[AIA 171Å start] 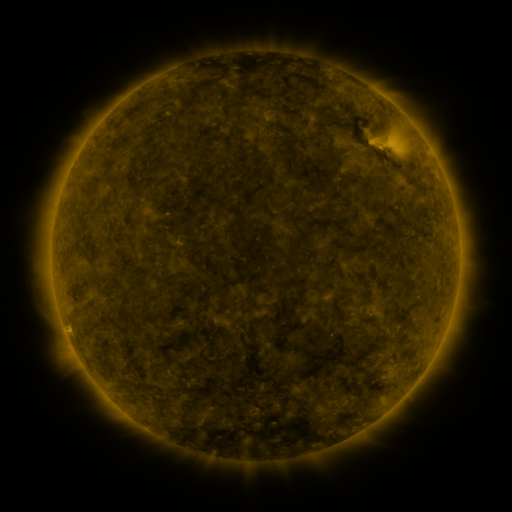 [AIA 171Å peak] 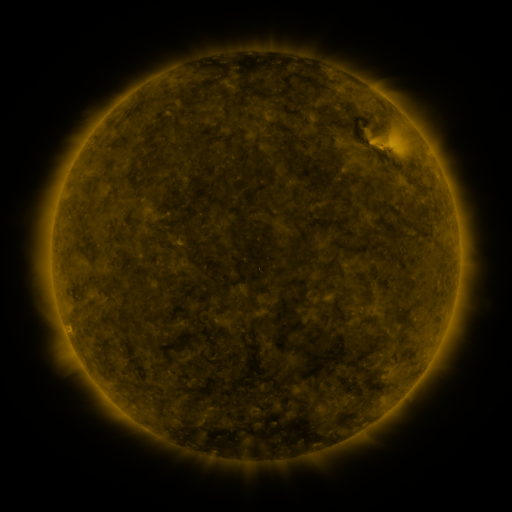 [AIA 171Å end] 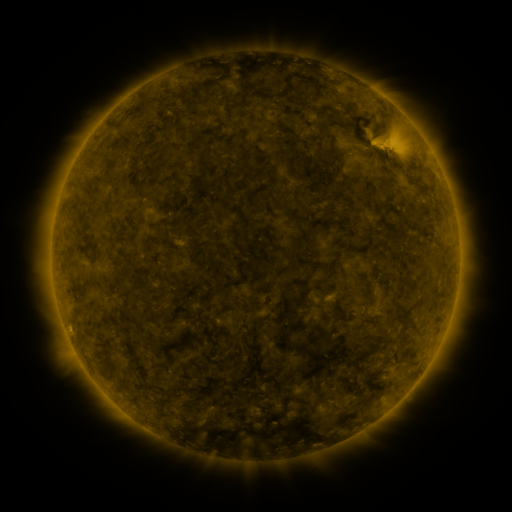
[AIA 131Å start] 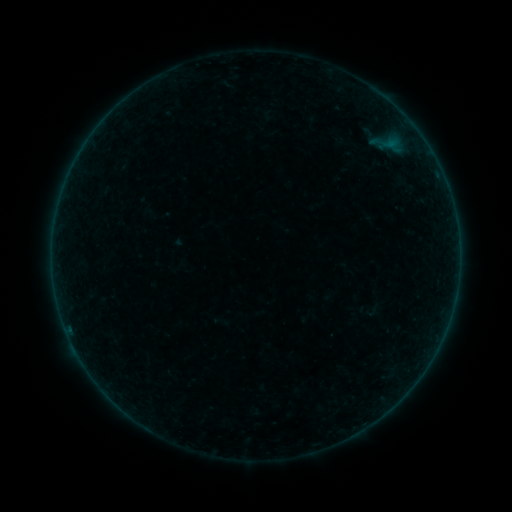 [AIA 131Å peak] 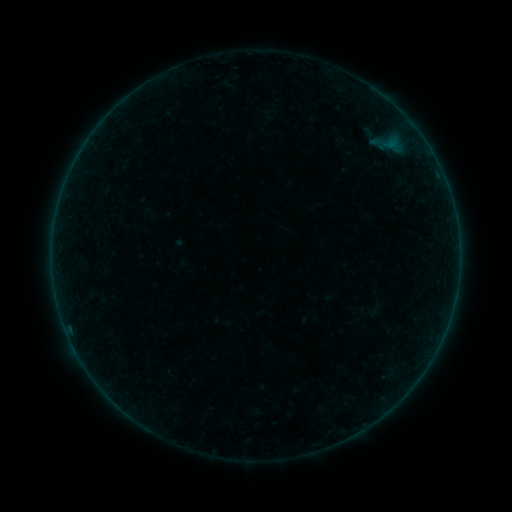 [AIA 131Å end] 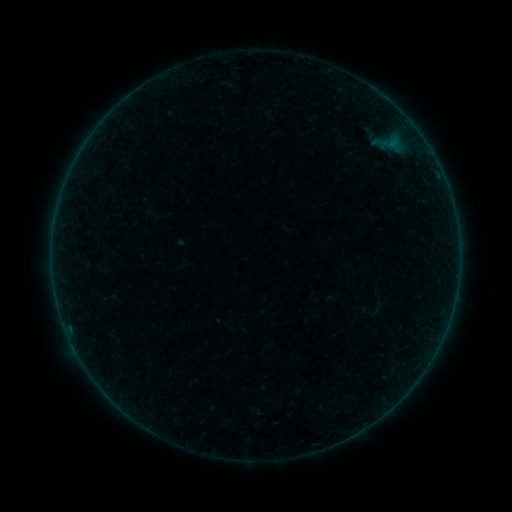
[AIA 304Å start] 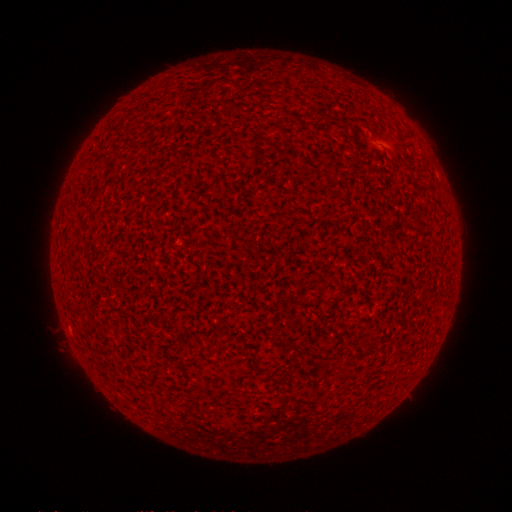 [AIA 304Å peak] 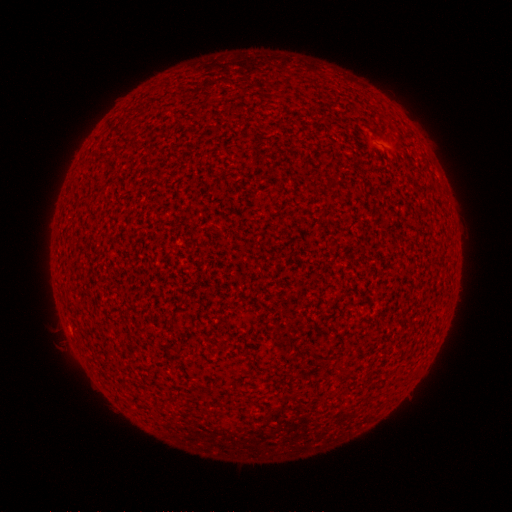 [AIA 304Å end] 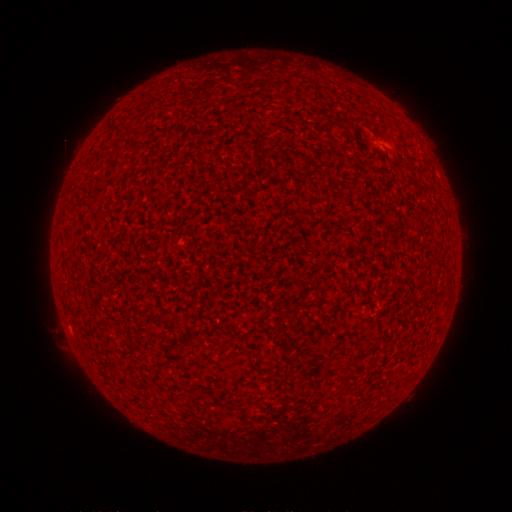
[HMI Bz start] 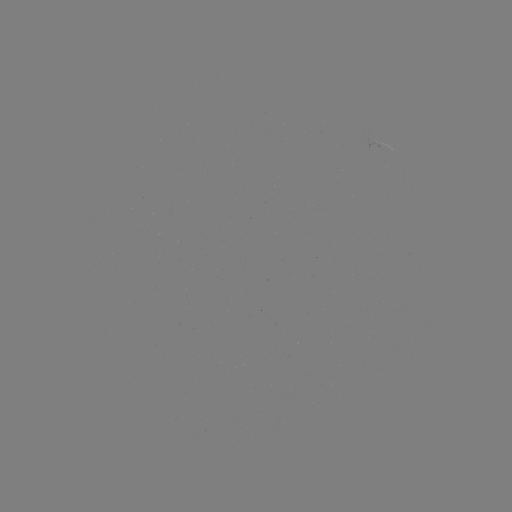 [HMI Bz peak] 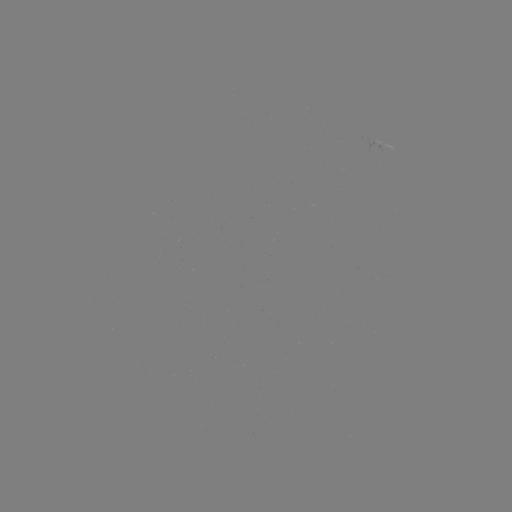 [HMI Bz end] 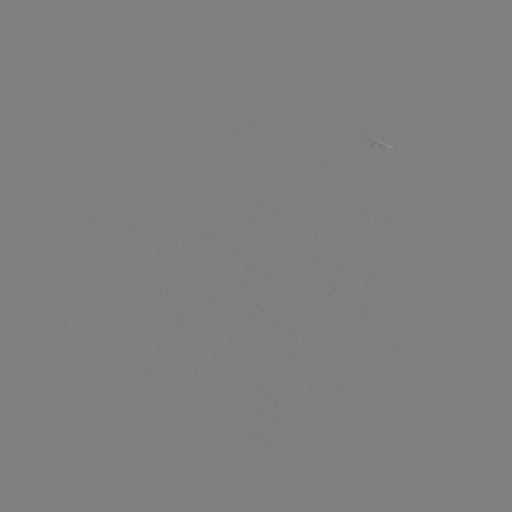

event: flare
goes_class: A2.2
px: (55, 223)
